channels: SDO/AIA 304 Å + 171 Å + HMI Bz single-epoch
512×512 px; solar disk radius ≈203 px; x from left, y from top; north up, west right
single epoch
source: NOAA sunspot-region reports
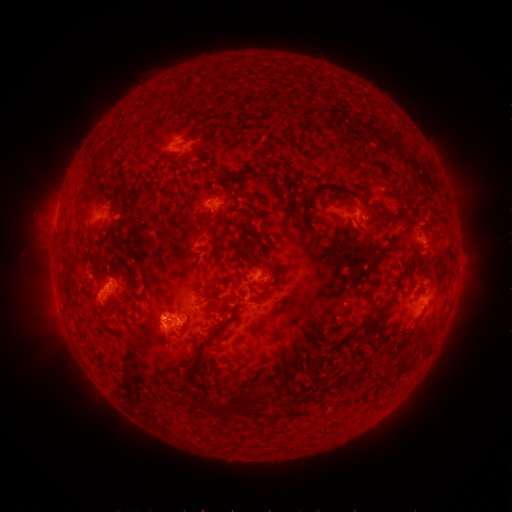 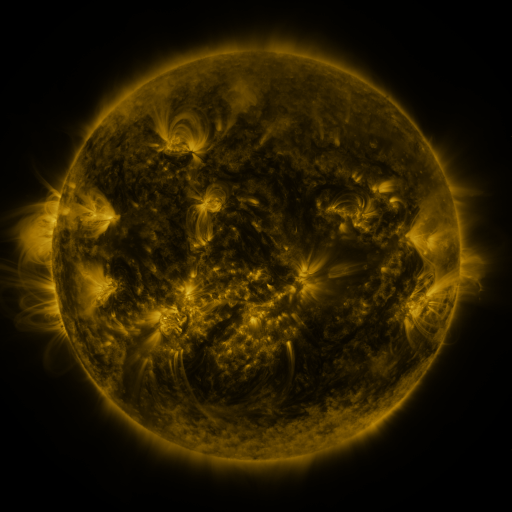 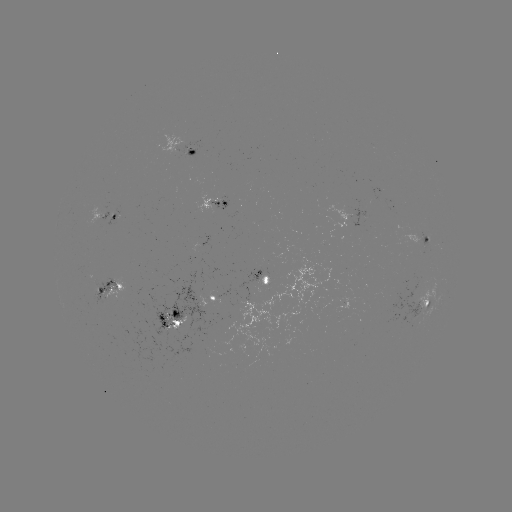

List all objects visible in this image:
spotted active region: (187, 148)
spotted active region: (214, 203)
spotted active region: (359, 217)
spotted active region: (116, 218)
spotted active region: (426, 239)
spotted active region: (266, 277)
spotted active region: (114, 288)
spotted active region: (218, 298)
spotted active region: (426, 306)
spotted active region: (177, 319)
